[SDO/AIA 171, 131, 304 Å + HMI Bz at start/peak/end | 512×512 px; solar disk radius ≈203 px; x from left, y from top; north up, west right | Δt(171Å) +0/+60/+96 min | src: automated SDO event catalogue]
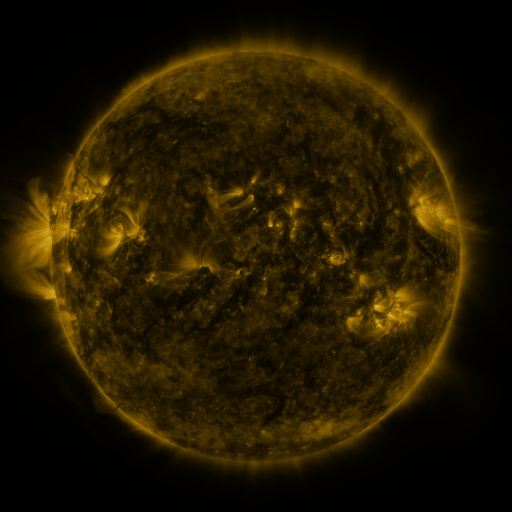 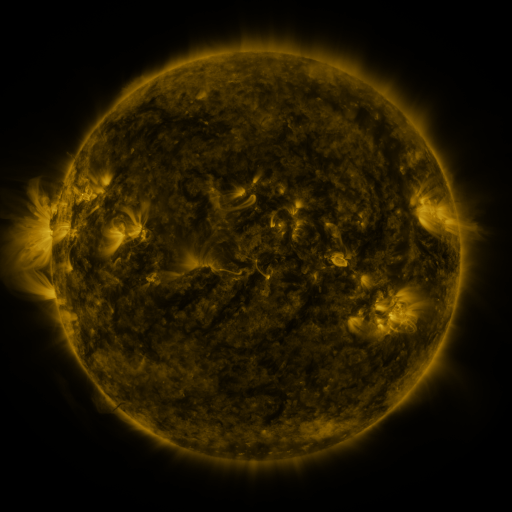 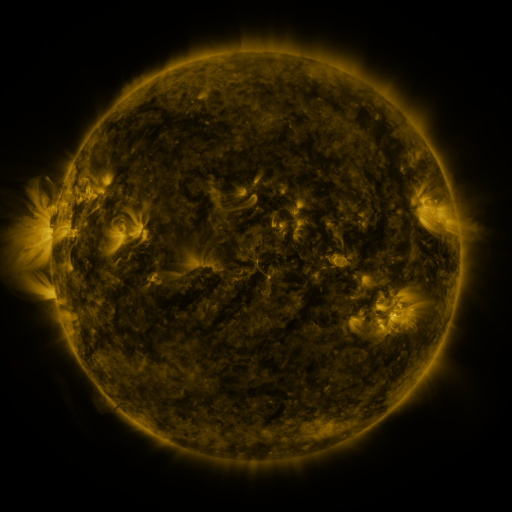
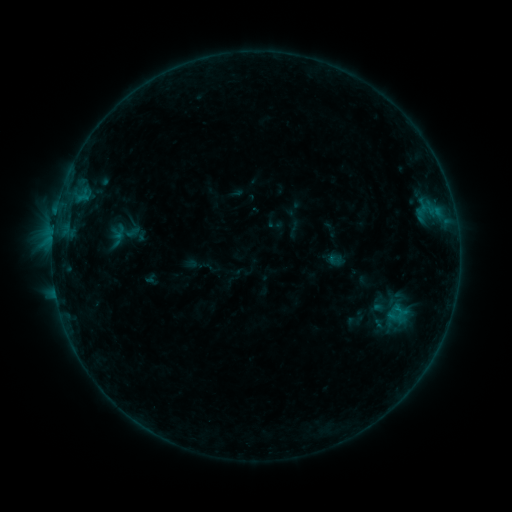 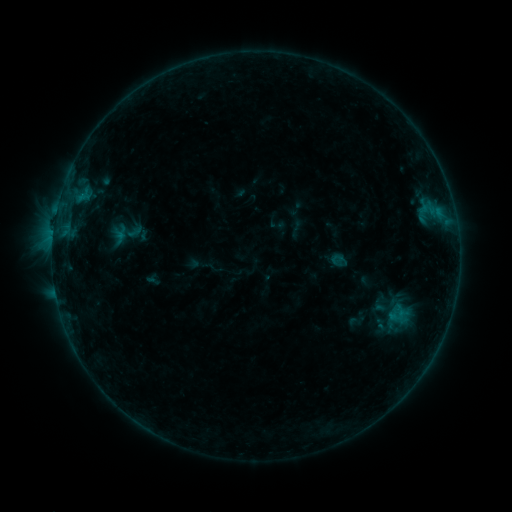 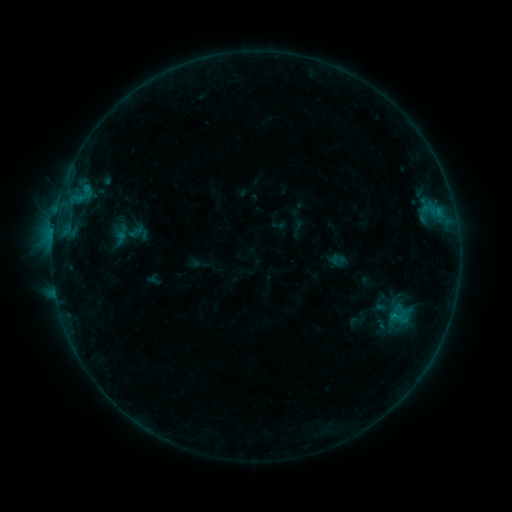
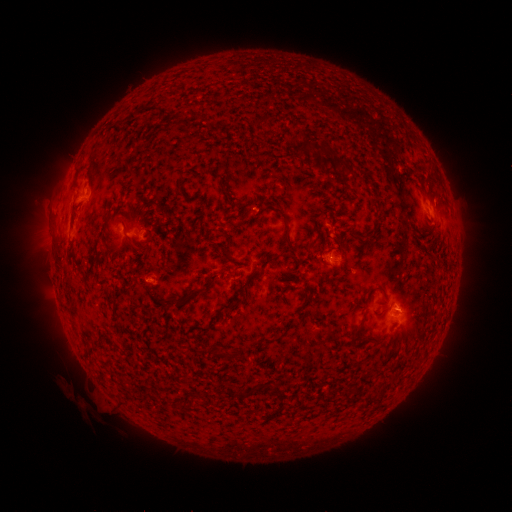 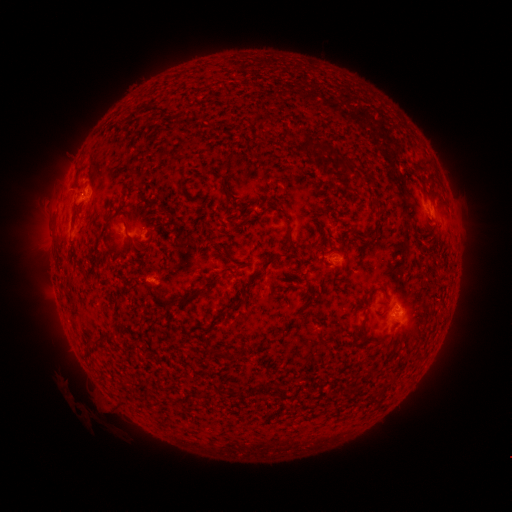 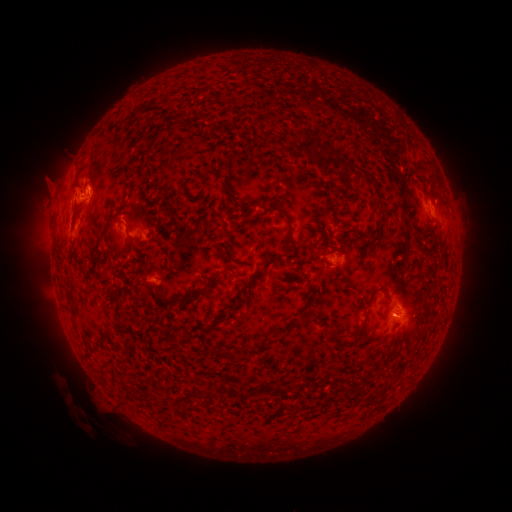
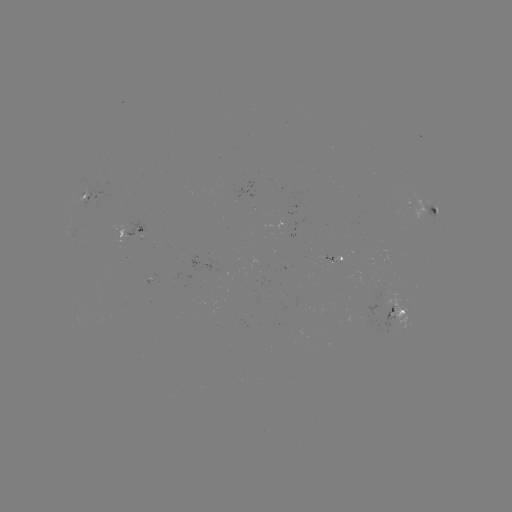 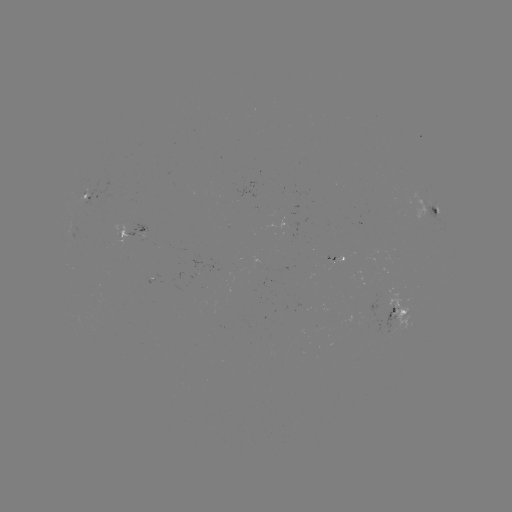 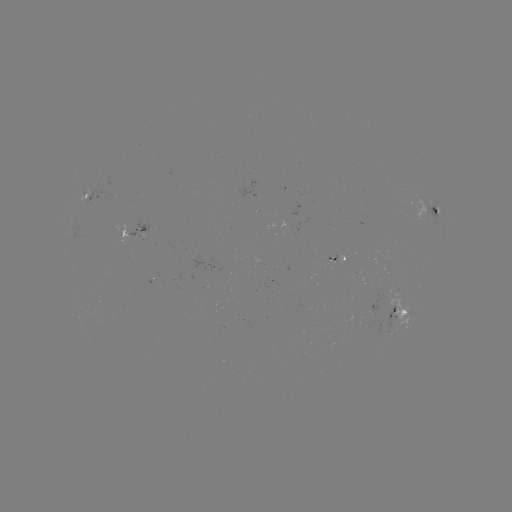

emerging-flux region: (369, 286, 381, 316)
